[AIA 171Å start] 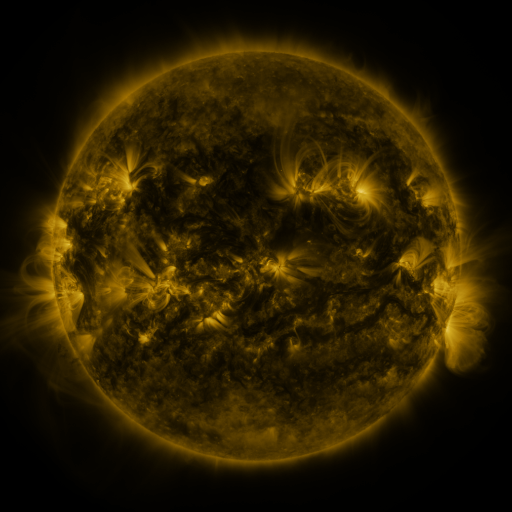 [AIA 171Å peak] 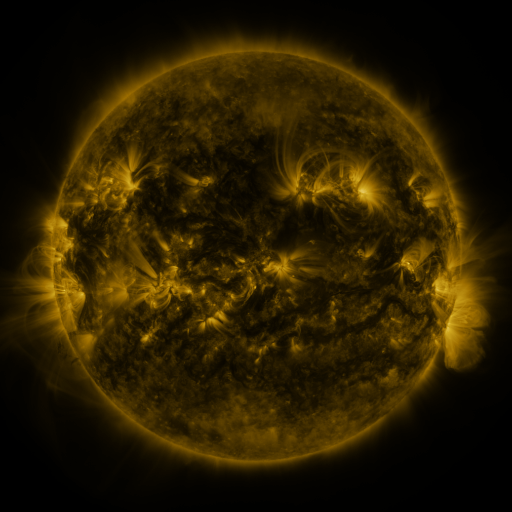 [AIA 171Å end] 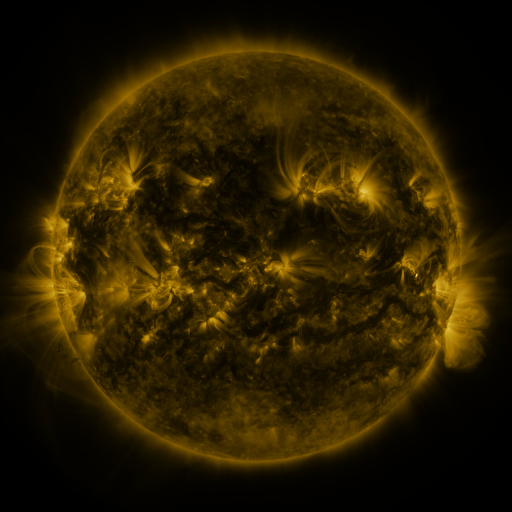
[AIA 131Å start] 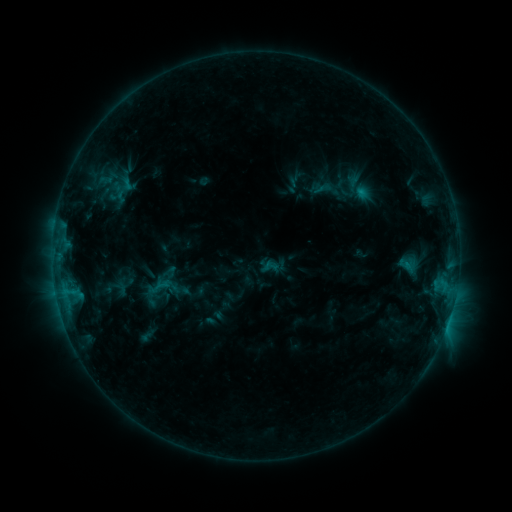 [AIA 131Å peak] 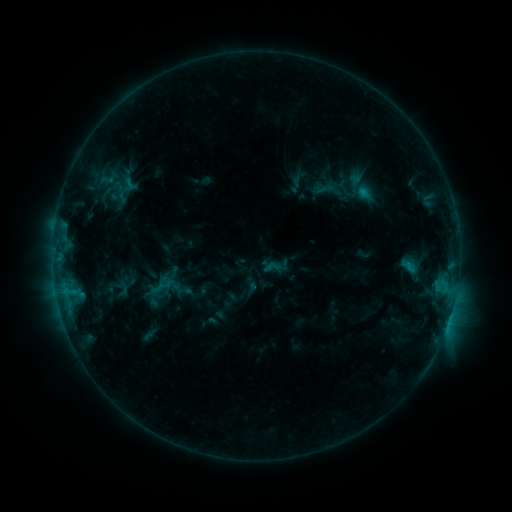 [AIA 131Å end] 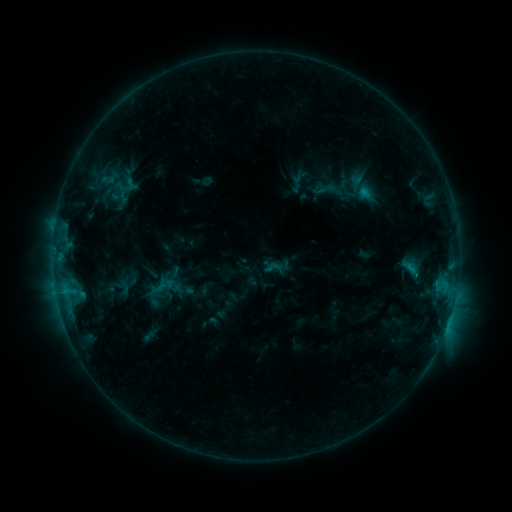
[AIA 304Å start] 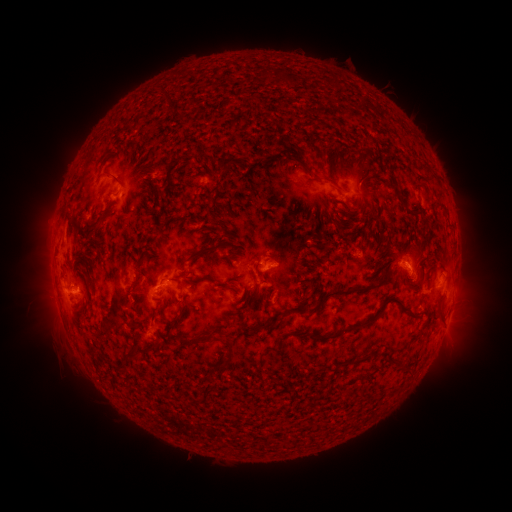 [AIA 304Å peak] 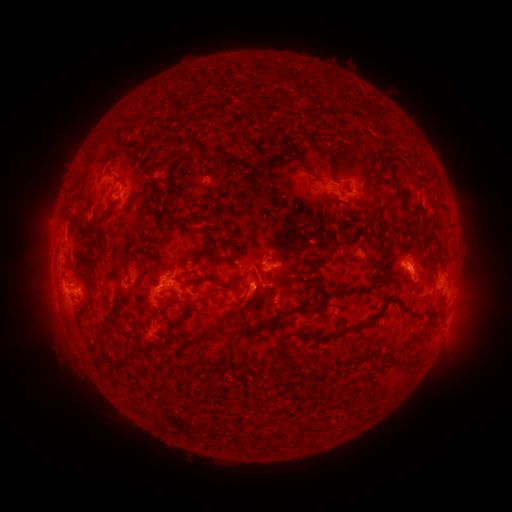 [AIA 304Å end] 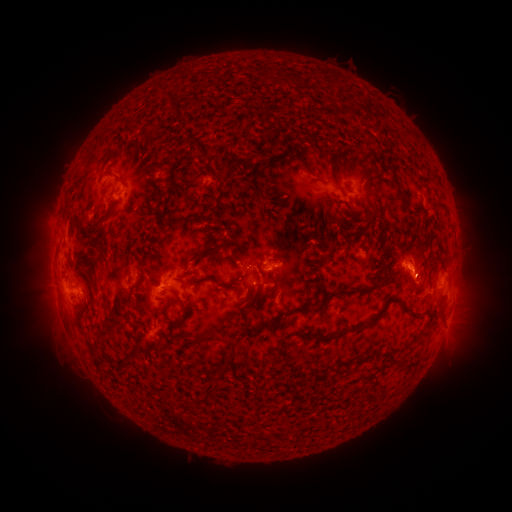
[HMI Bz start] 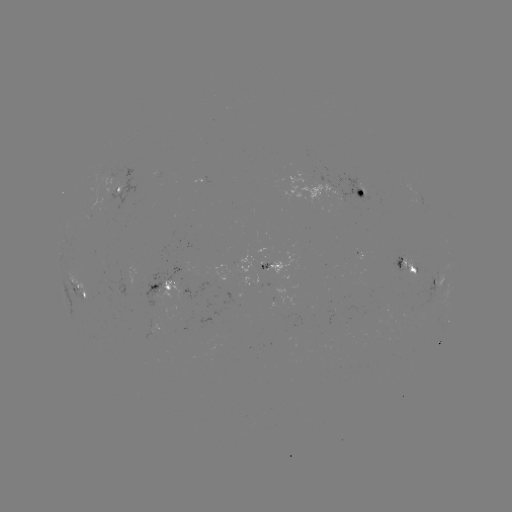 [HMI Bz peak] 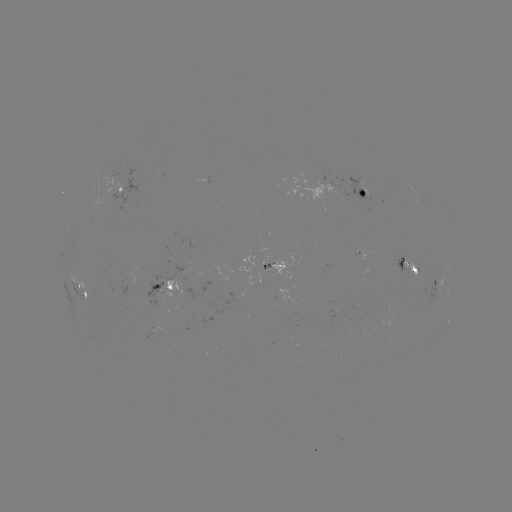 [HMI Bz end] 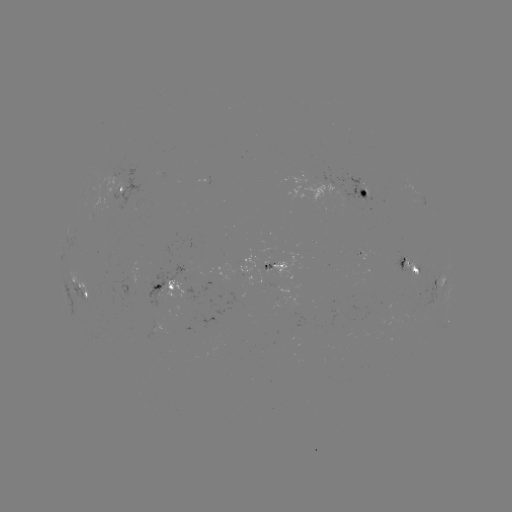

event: emerging-flux region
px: (334, 315)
